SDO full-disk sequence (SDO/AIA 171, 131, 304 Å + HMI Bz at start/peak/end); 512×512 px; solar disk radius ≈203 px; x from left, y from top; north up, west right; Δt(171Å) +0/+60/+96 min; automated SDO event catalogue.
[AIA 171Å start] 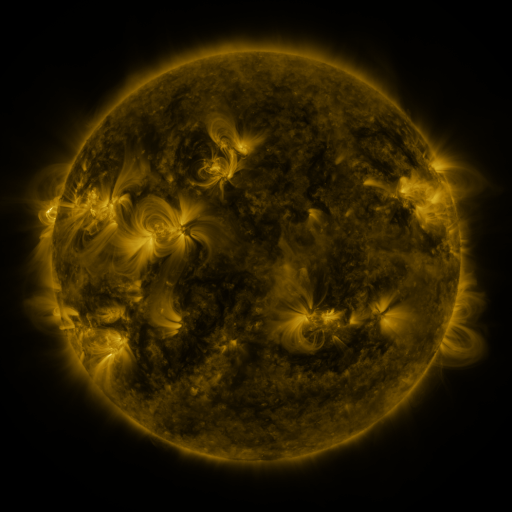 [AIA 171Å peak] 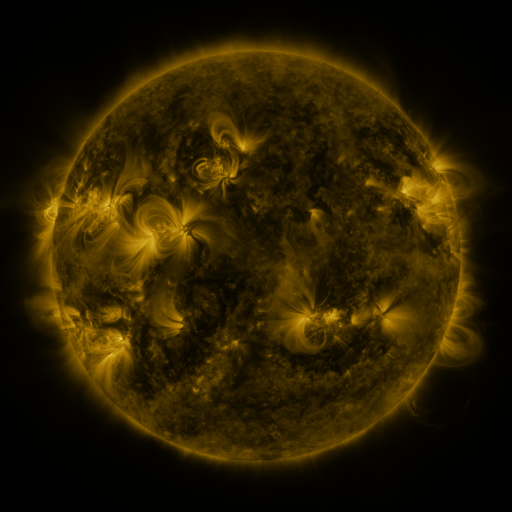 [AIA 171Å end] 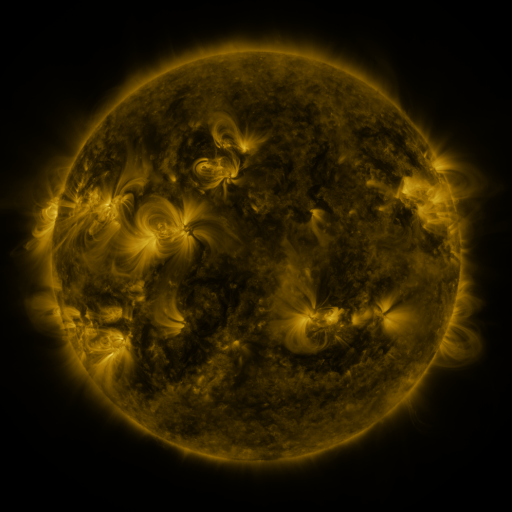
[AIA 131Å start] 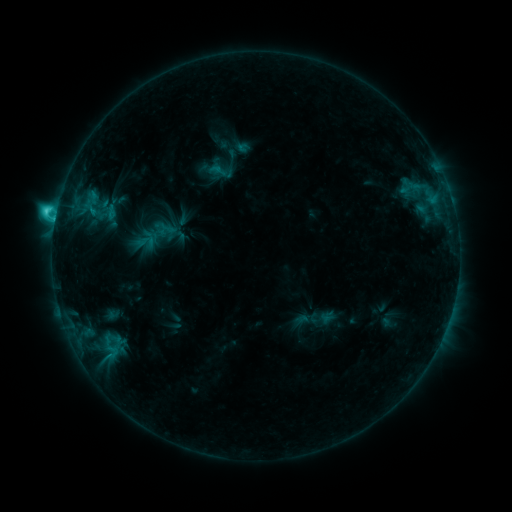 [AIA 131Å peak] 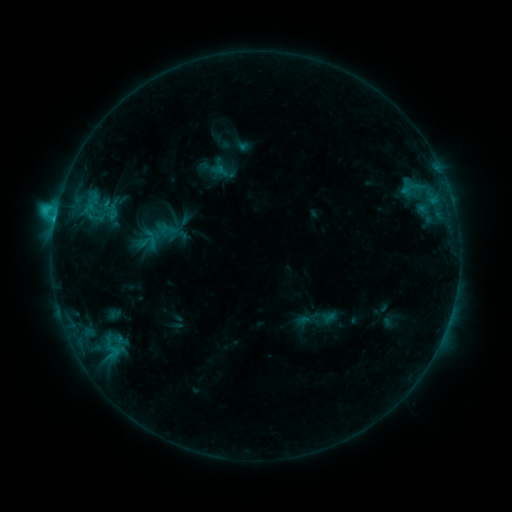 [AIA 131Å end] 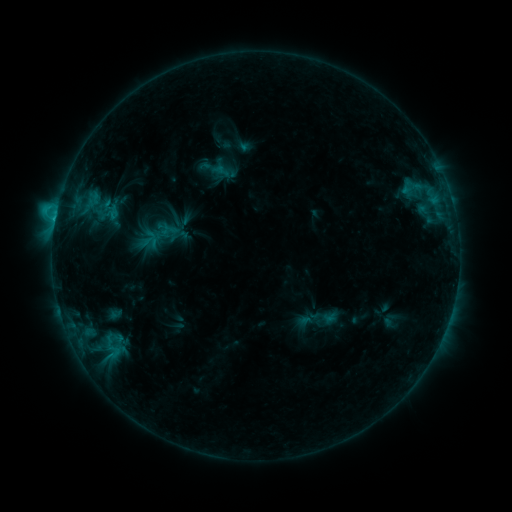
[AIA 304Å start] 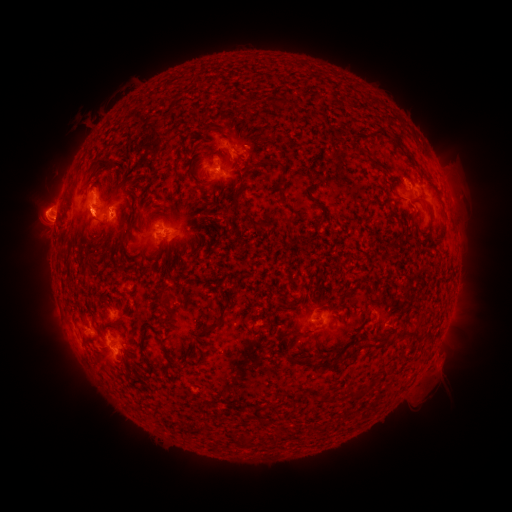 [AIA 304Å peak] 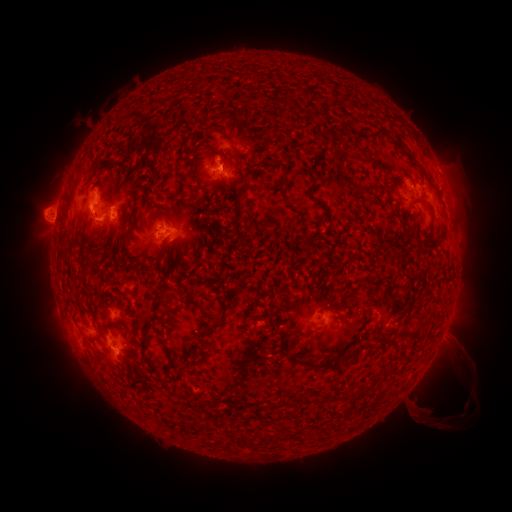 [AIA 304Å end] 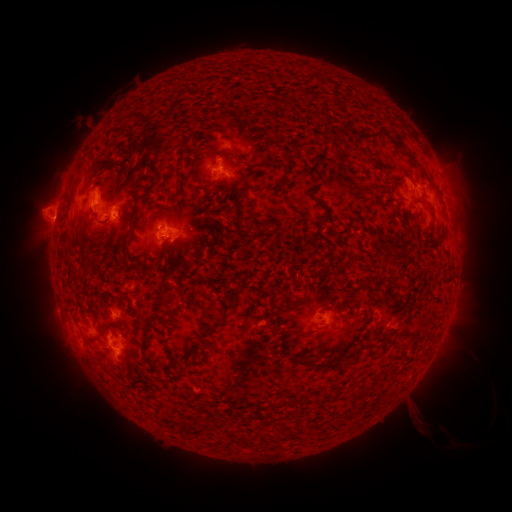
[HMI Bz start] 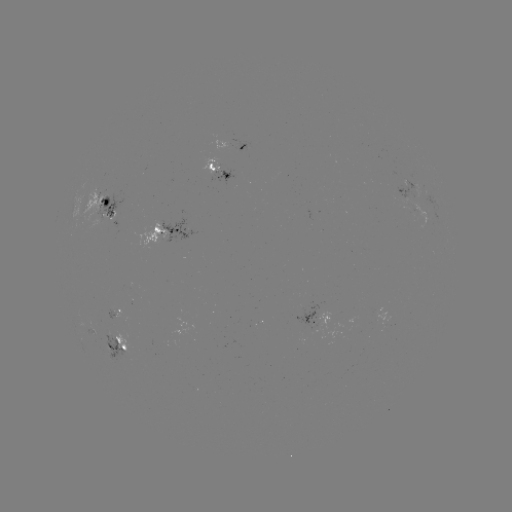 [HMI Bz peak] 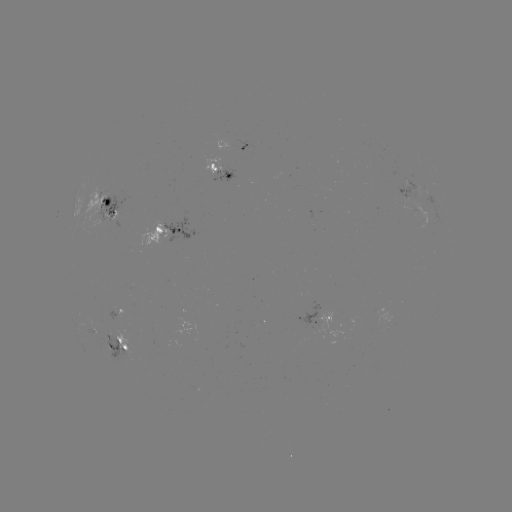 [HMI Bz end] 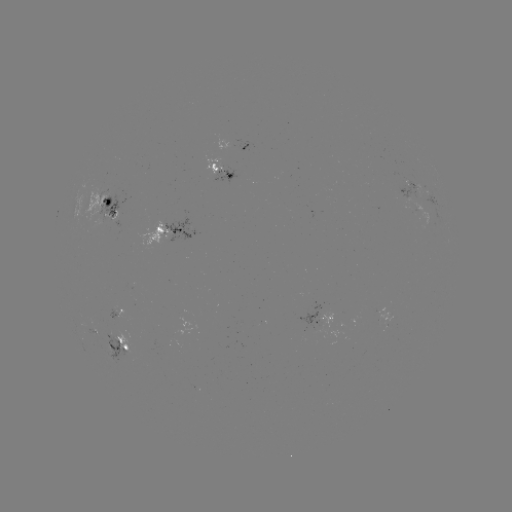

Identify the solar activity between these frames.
emerging-flux region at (408, 198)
